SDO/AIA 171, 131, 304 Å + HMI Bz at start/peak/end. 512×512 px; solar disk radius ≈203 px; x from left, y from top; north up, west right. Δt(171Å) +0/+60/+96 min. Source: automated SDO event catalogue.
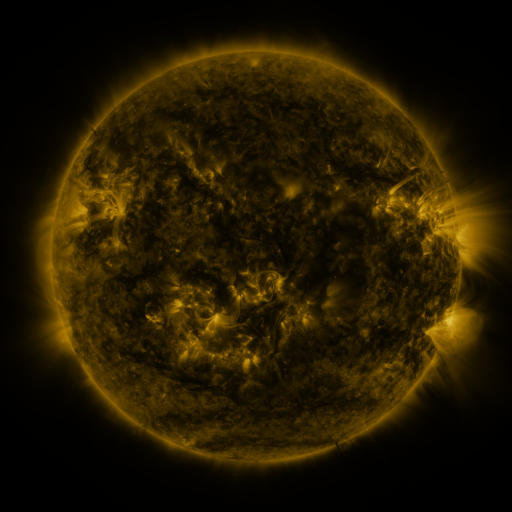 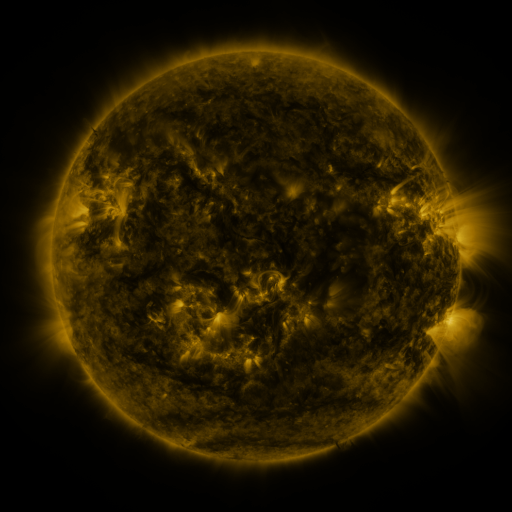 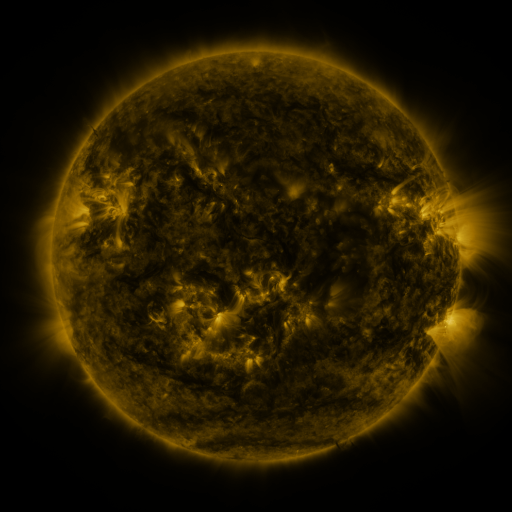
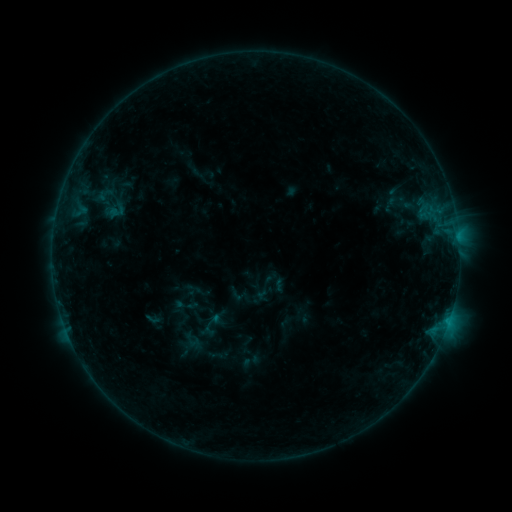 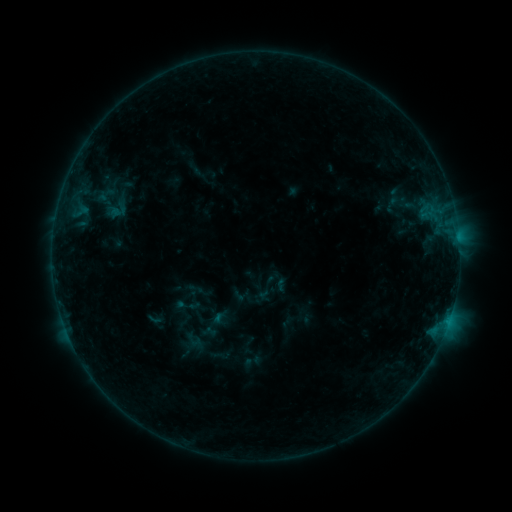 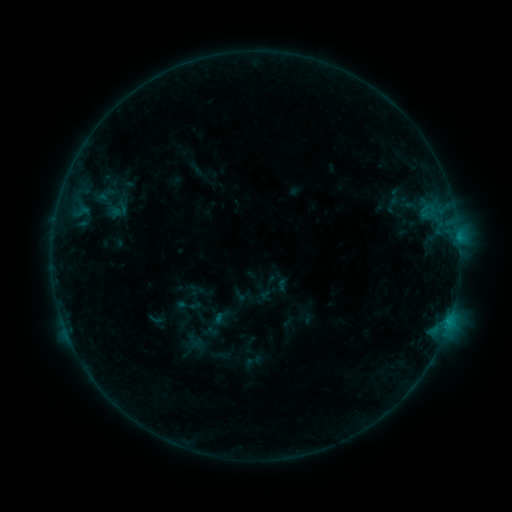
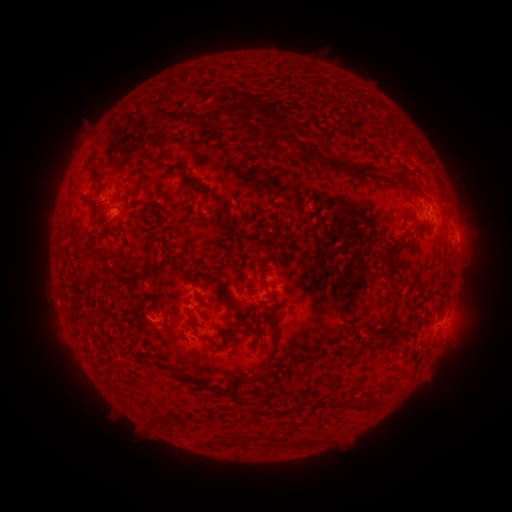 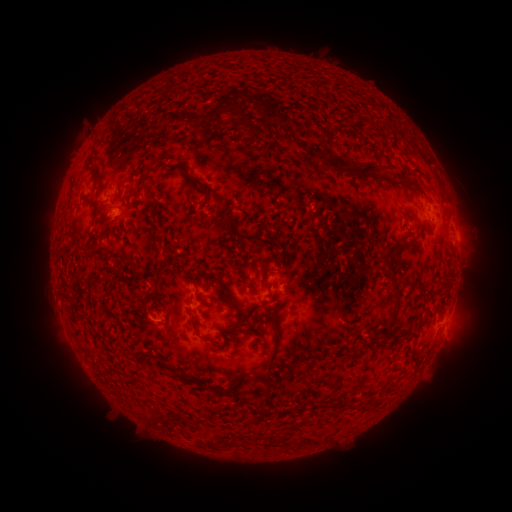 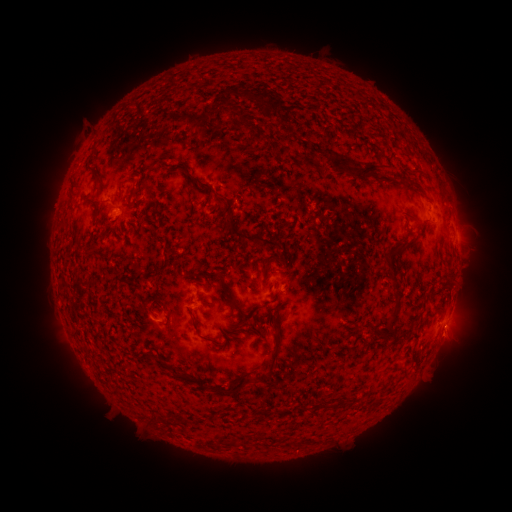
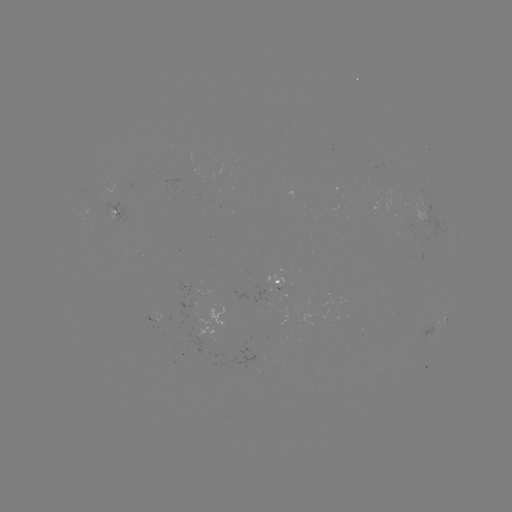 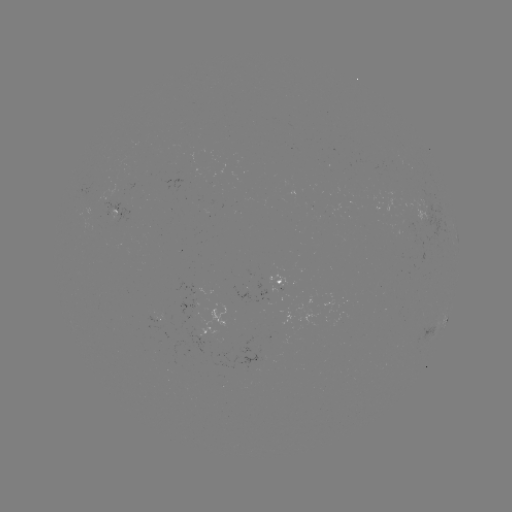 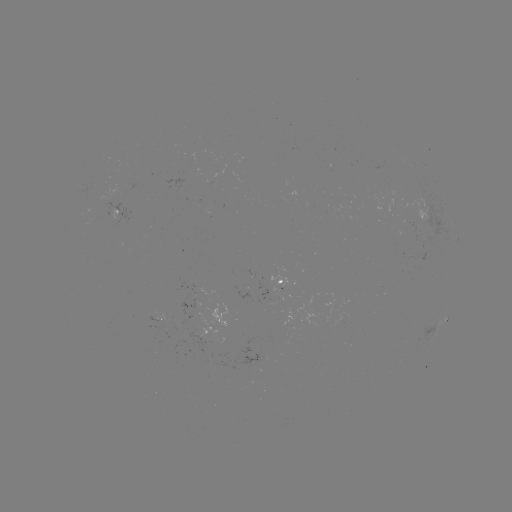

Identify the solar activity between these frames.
emerging-flux region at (193, 294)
